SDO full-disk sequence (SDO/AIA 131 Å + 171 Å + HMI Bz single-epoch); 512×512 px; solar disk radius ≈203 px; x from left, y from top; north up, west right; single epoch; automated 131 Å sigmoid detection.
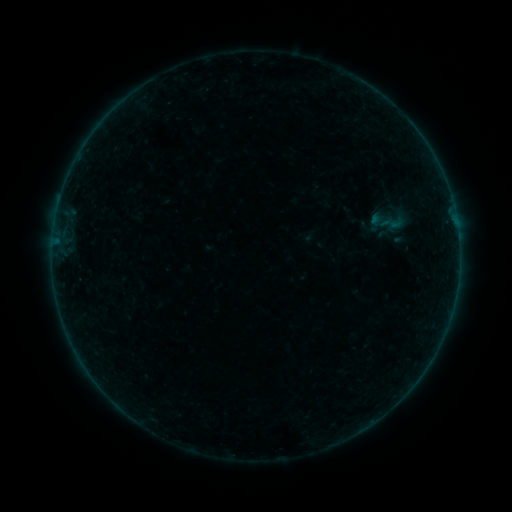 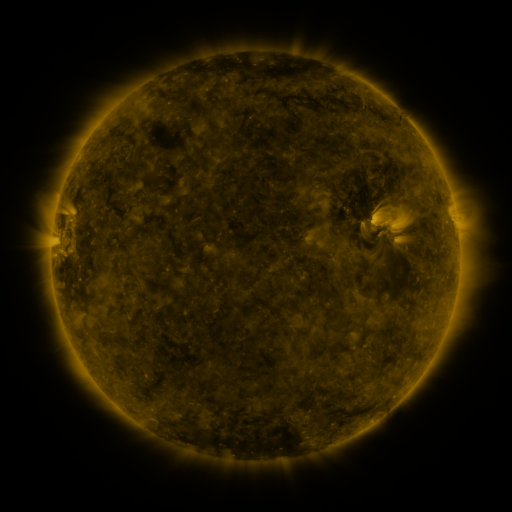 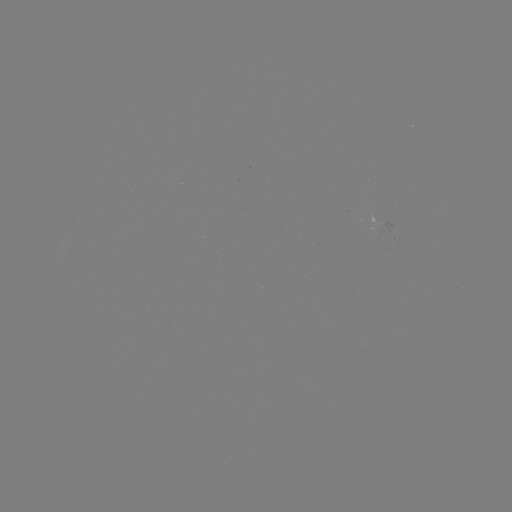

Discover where sigmoid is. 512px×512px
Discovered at [392, 223].